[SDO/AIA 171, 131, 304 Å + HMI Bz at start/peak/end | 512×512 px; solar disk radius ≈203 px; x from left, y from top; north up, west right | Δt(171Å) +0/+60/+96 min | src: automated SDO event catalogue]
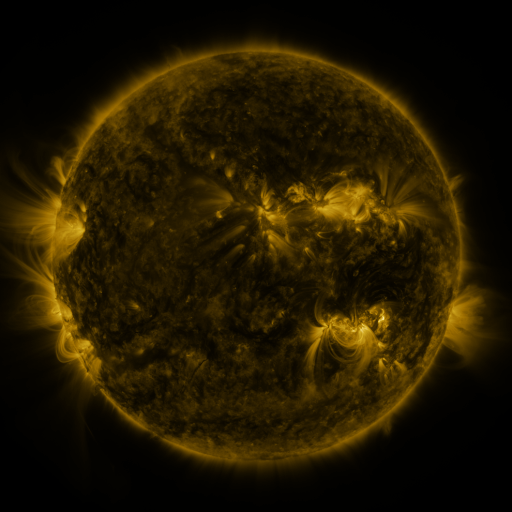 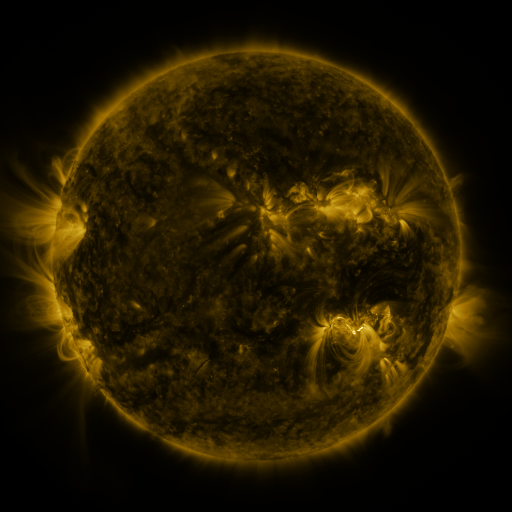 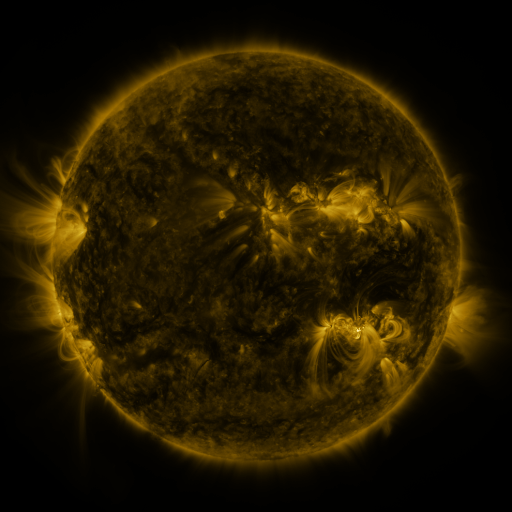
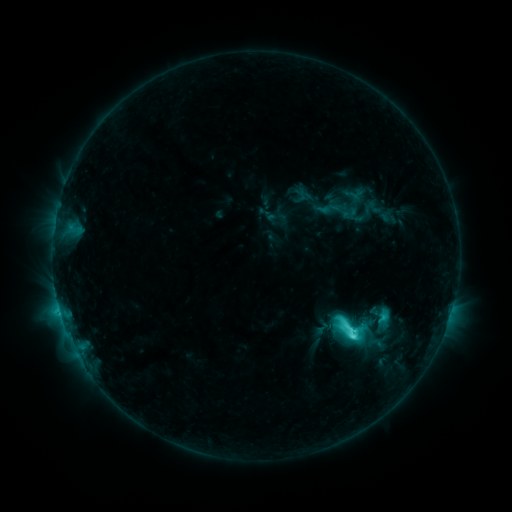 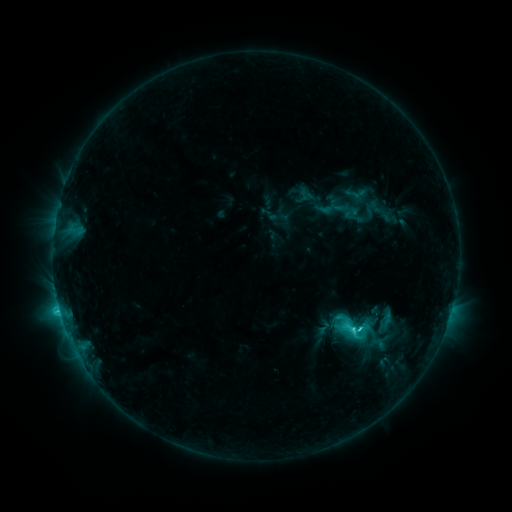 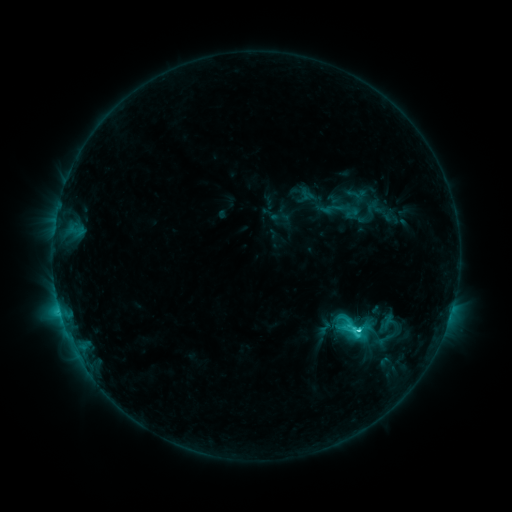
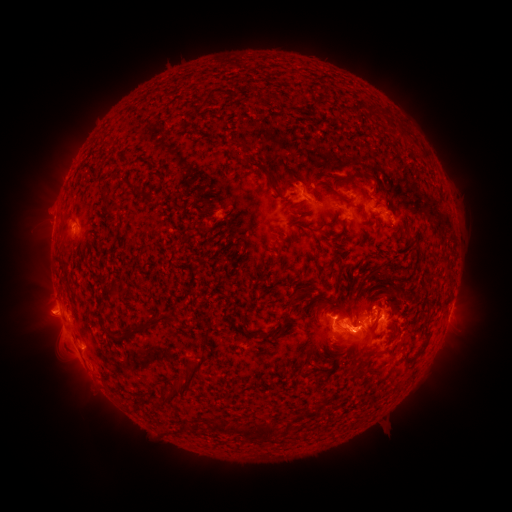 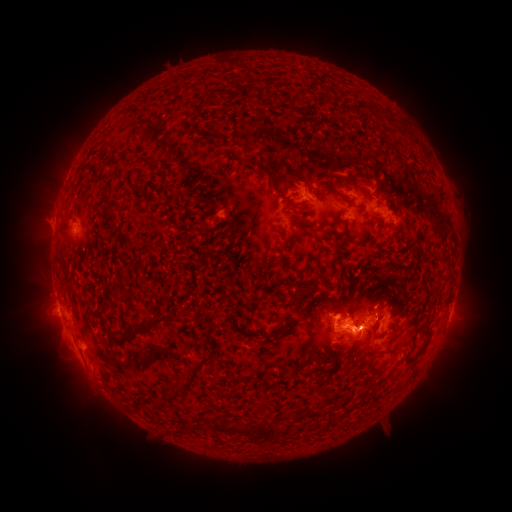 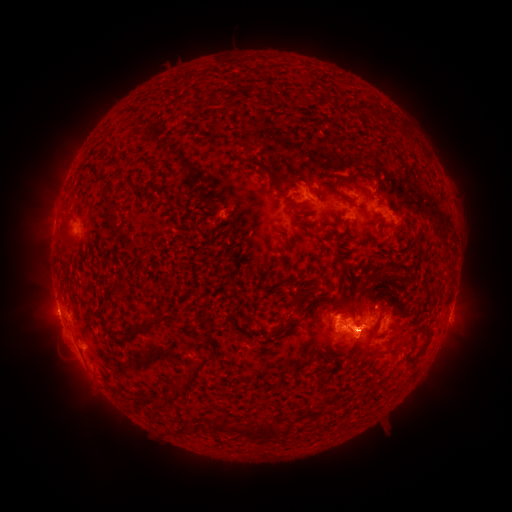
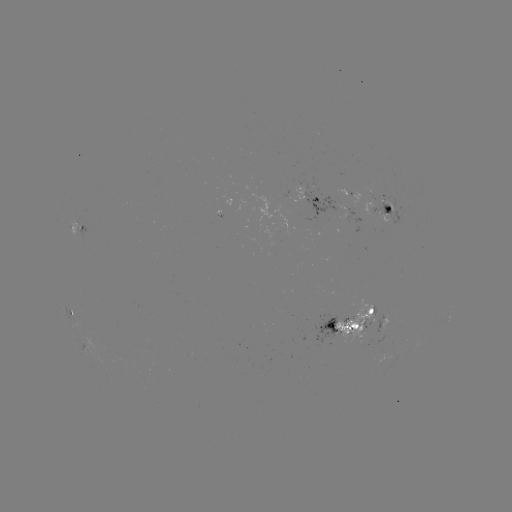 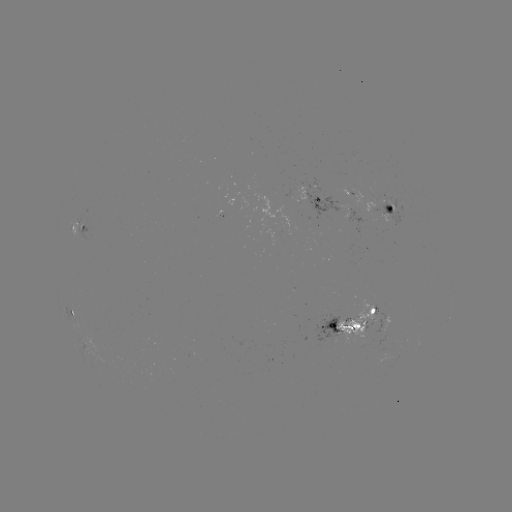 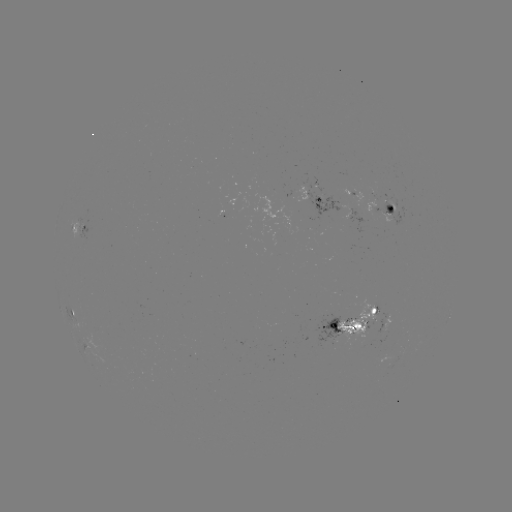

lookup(emerging-flux region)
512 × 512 [369, 211]